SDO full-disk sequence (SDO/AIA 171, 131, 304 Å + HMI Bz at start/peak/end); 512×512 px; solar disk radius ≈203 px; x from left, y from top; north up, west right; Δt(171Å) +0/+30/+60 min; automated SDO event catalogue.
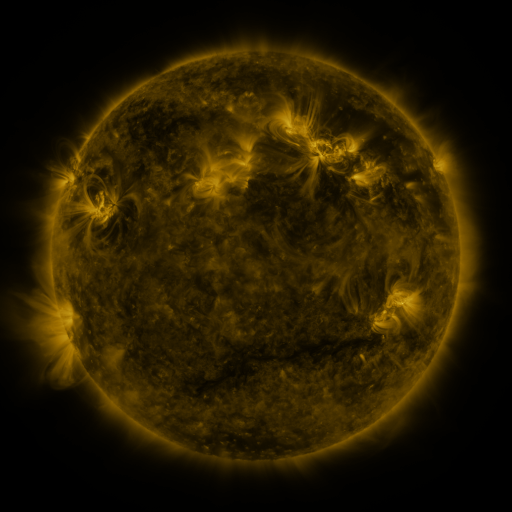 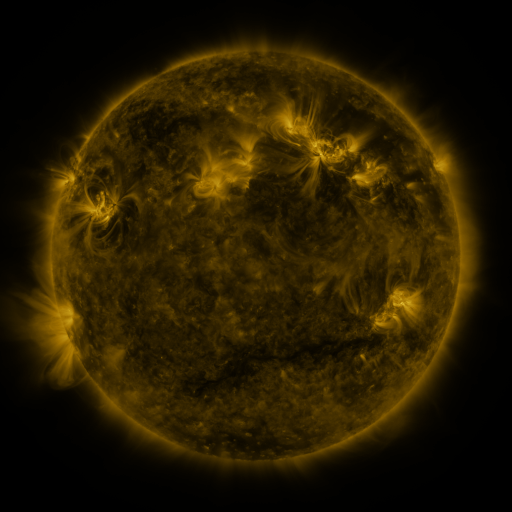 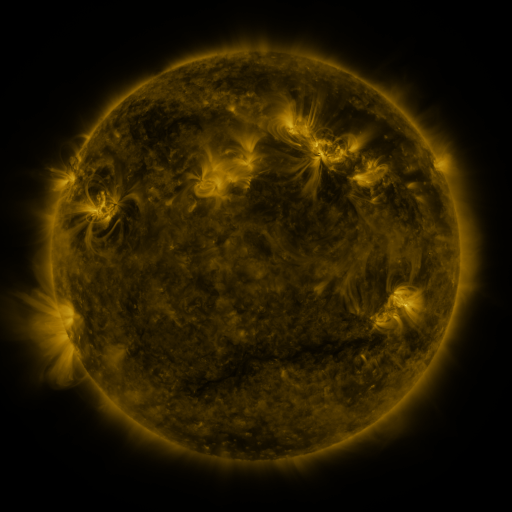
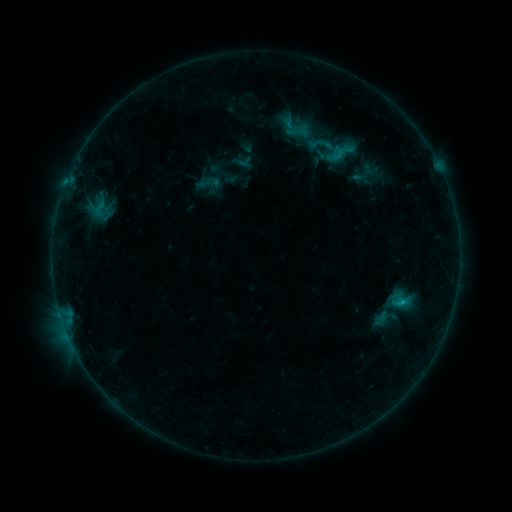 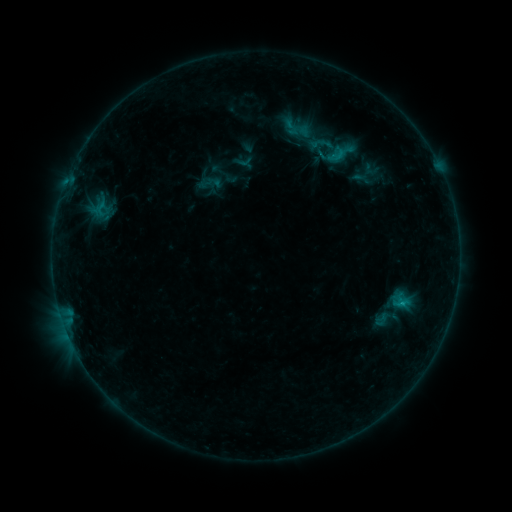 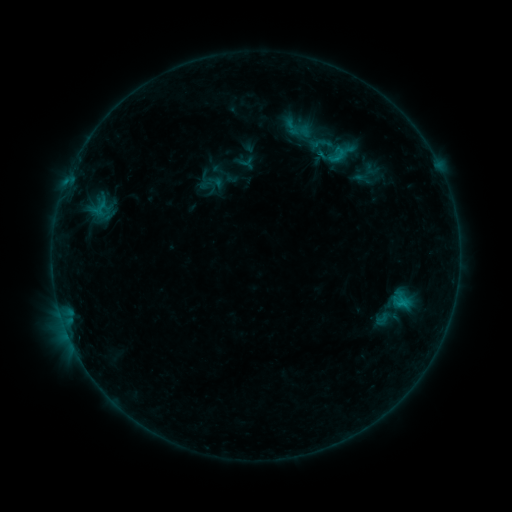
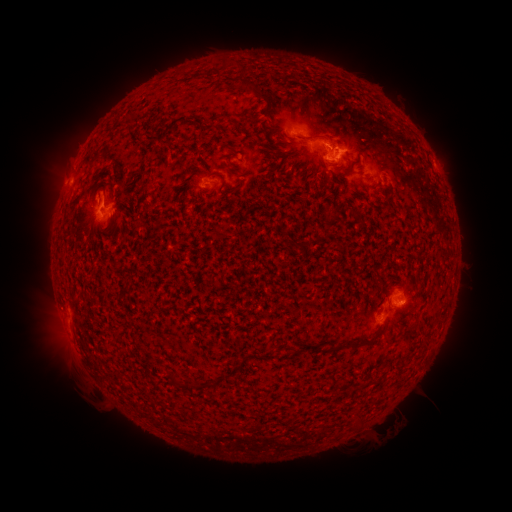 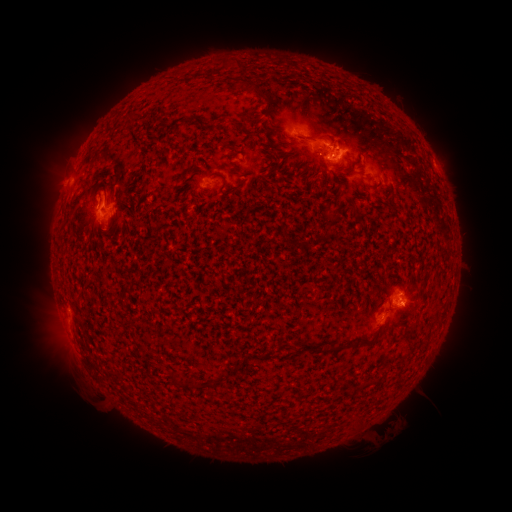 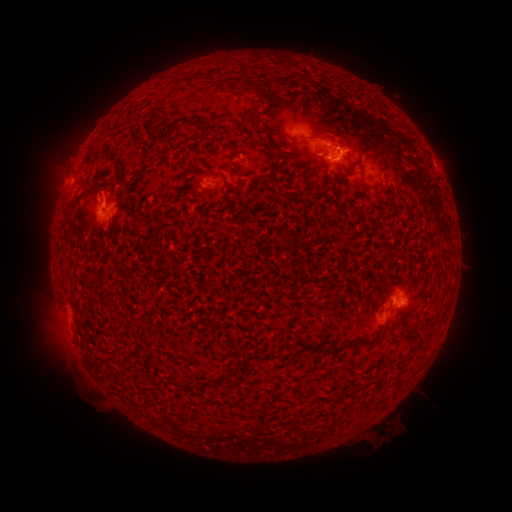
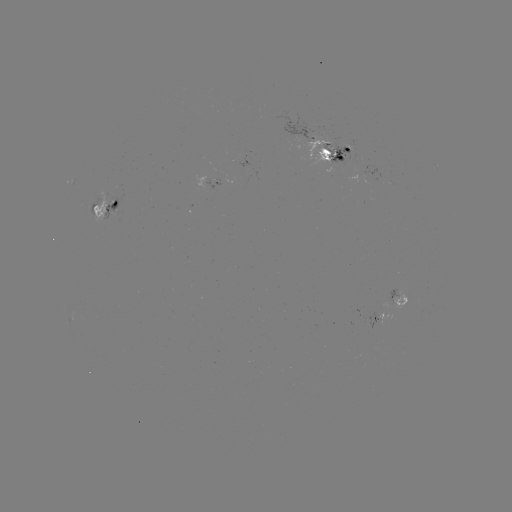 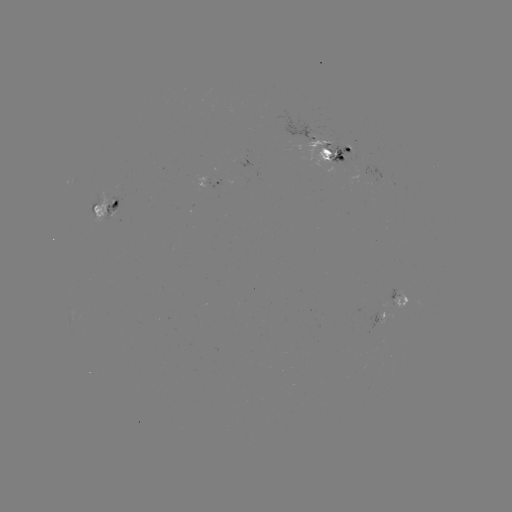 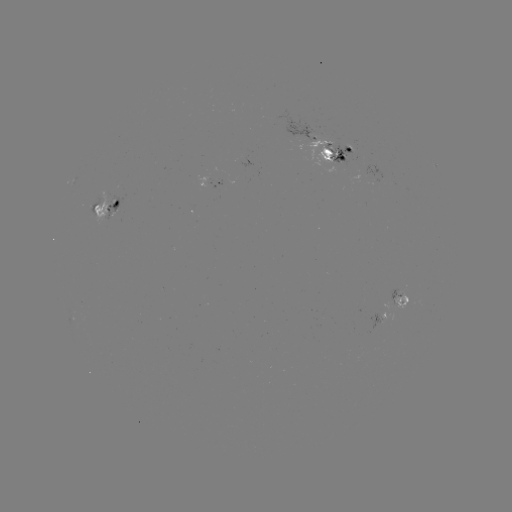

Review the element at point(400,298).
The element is emerging-flux region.